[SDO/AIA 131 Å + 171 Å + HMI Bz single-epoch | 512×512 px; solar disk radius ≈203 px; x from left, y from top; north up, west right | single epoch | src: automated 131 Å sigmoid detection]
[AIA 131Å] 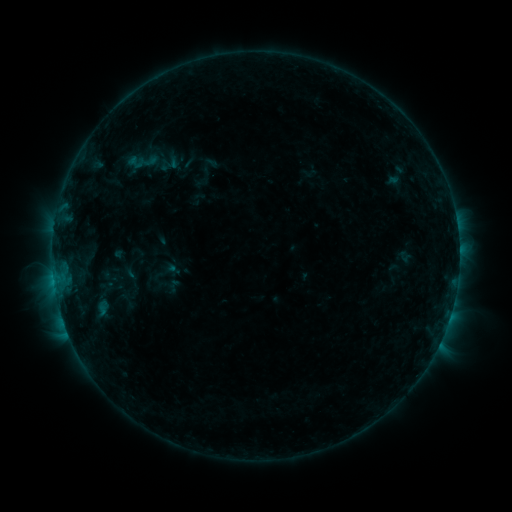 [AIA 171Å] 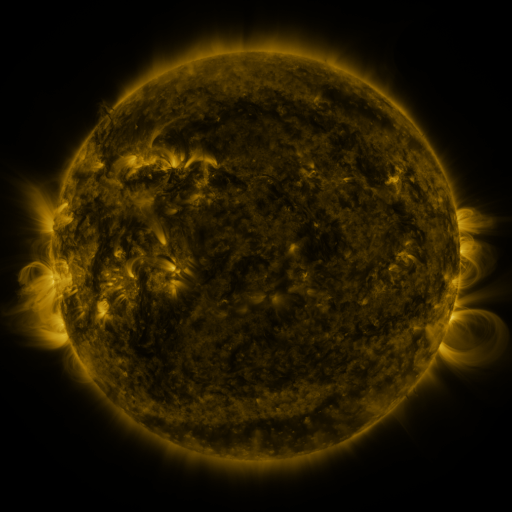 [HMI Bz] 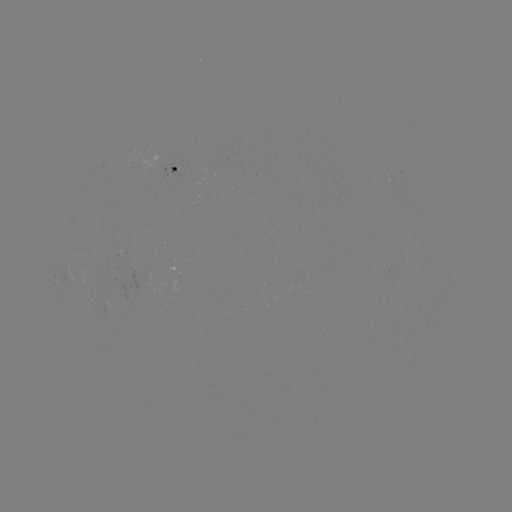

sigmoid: [128, 155, 145, 171]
